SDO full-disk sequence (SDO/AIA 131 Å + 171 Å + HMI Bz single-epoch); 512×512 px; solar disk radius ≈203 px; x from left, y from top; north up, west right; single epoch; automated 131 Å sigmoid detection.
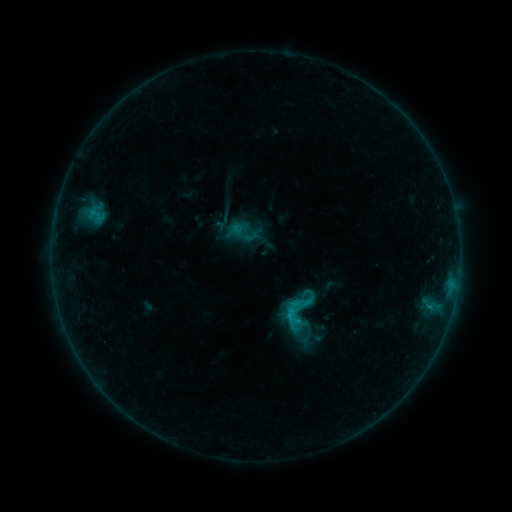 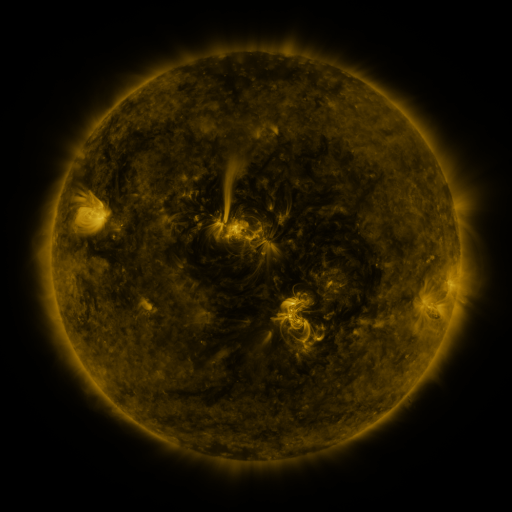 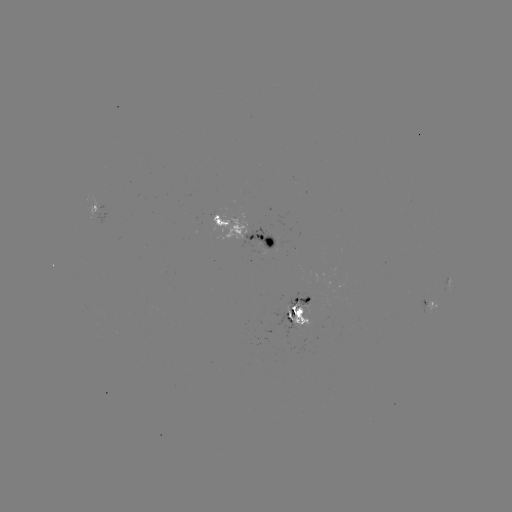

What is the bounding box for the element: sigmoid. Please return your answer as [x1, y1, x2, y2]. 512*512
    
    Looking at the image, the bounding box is [283, 304, 303, 325].